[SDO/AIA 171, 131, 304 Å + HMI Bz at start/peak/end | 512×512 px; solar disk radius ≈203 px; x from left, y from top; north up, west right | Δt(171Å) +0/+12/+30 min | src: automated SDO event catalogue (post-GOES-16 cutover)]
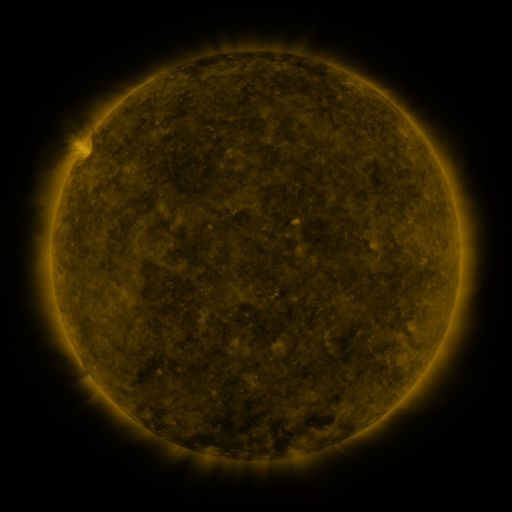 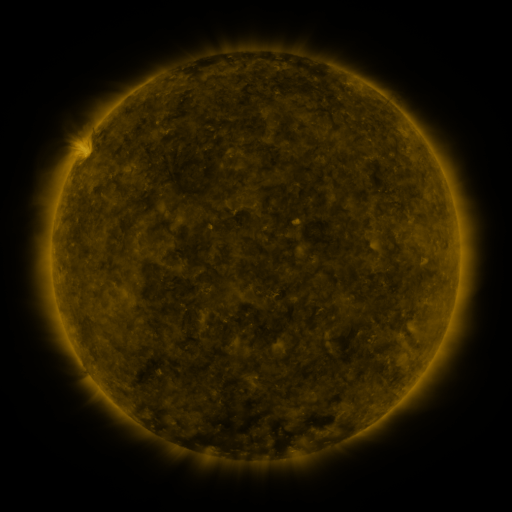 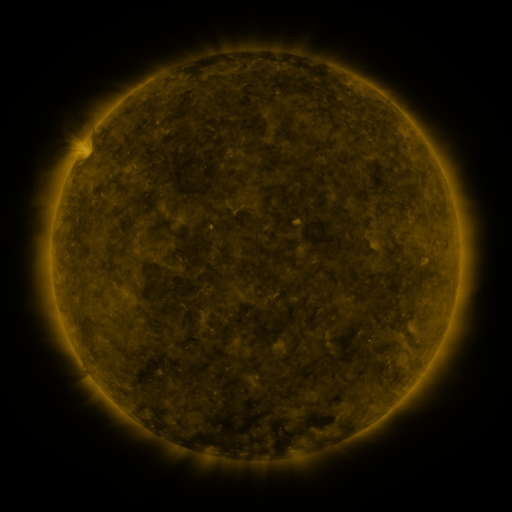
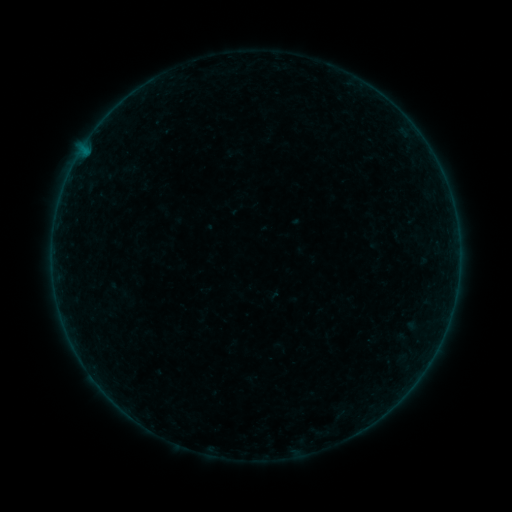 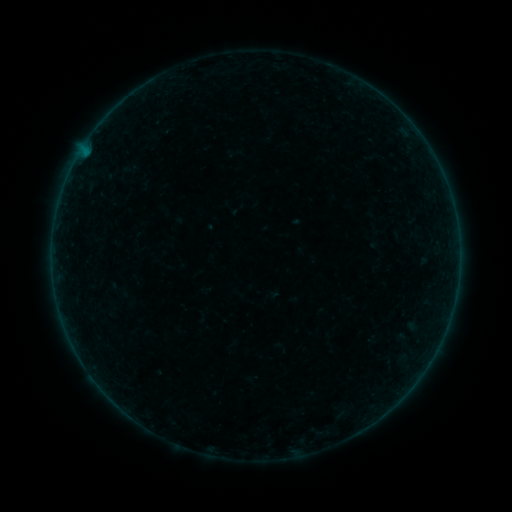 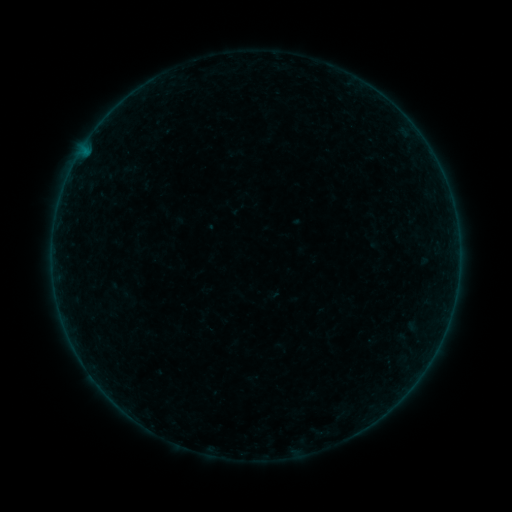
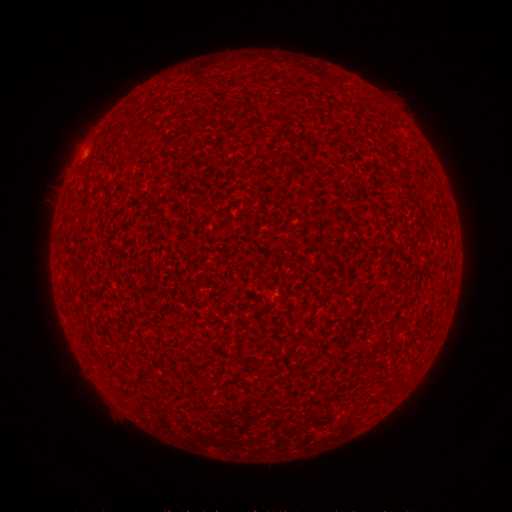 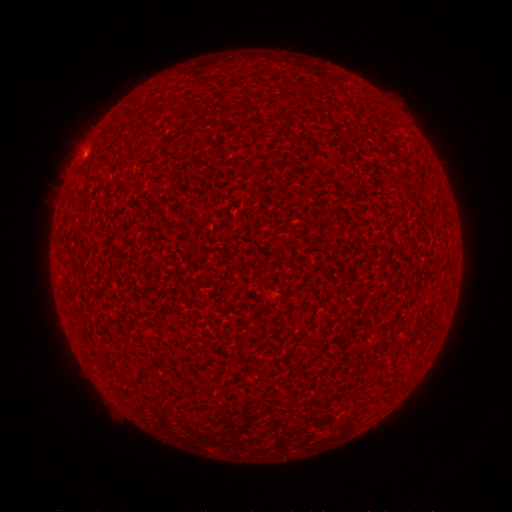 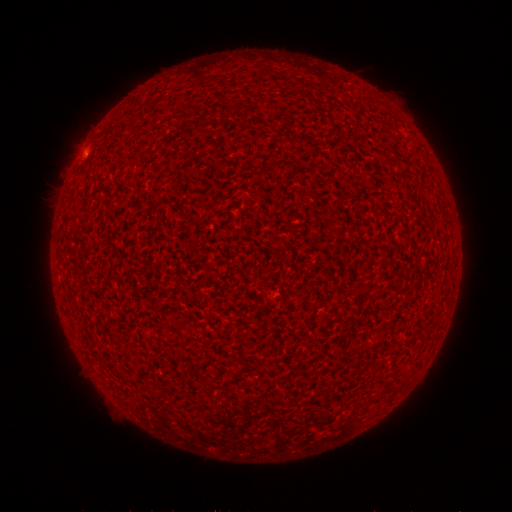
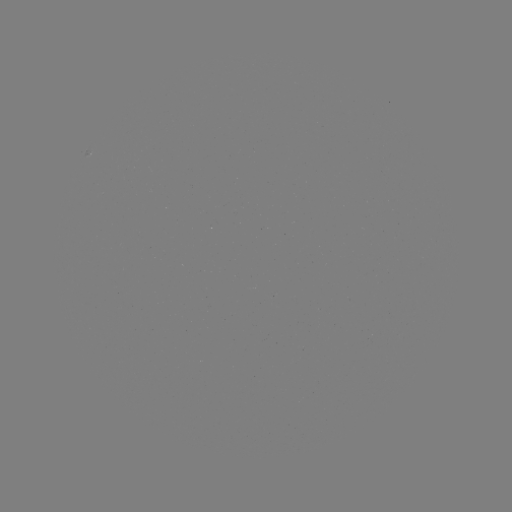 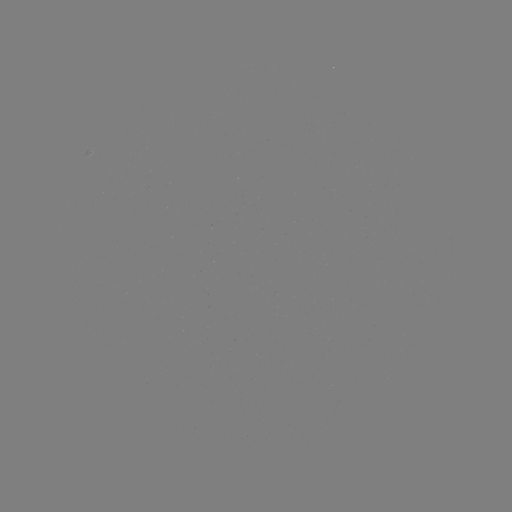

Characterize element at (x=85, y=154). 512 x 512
A3.7 flare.